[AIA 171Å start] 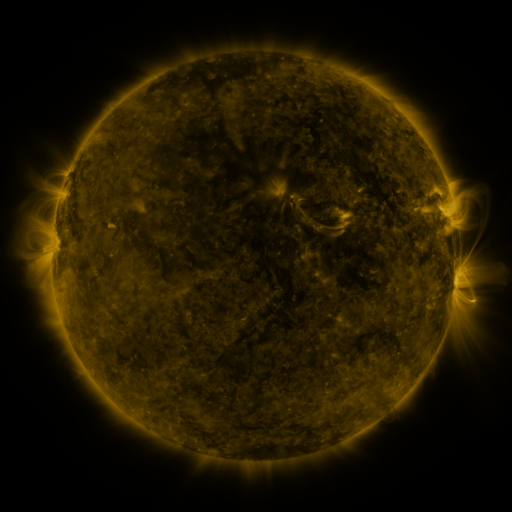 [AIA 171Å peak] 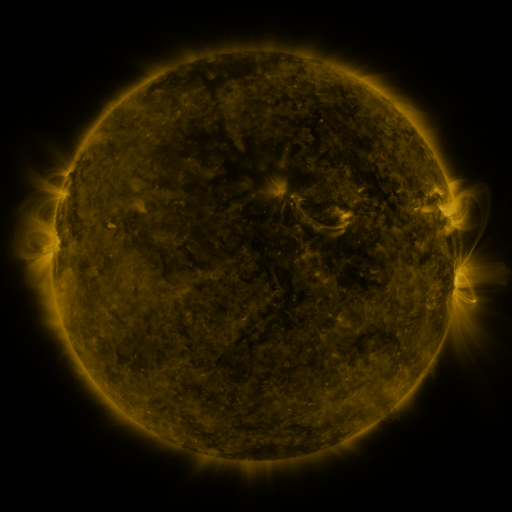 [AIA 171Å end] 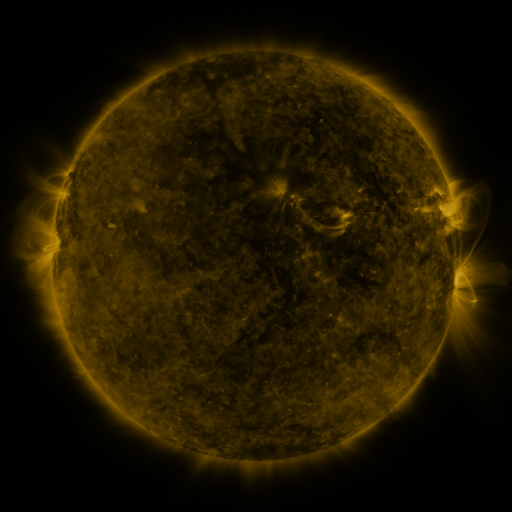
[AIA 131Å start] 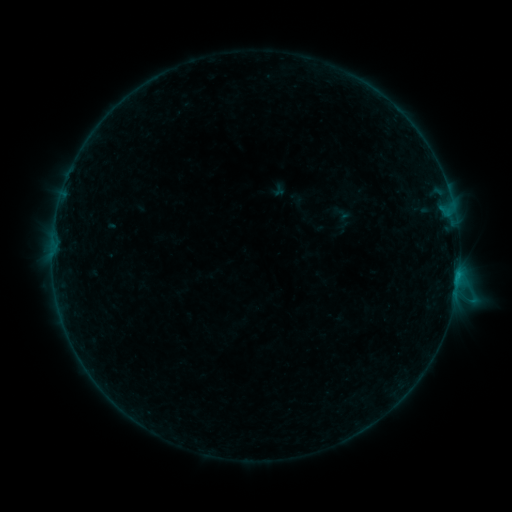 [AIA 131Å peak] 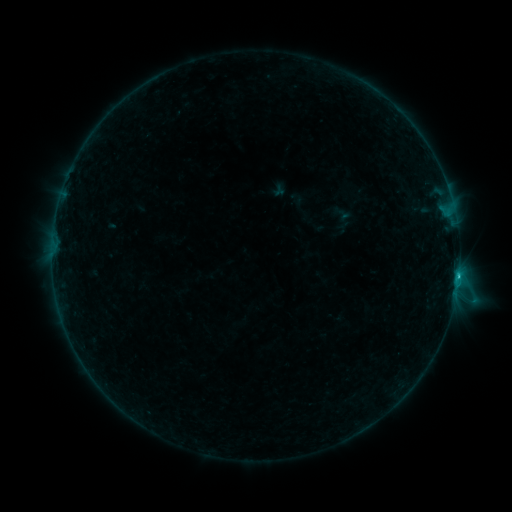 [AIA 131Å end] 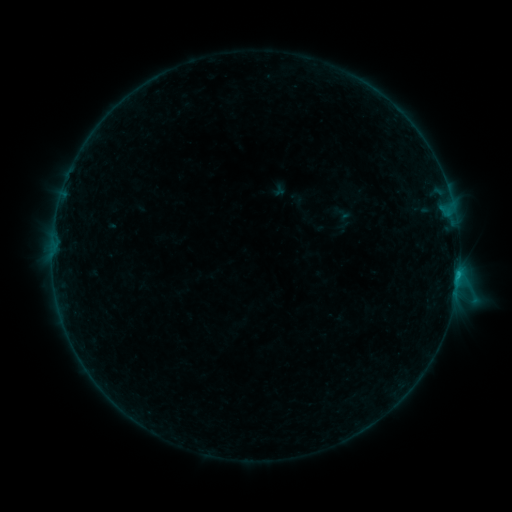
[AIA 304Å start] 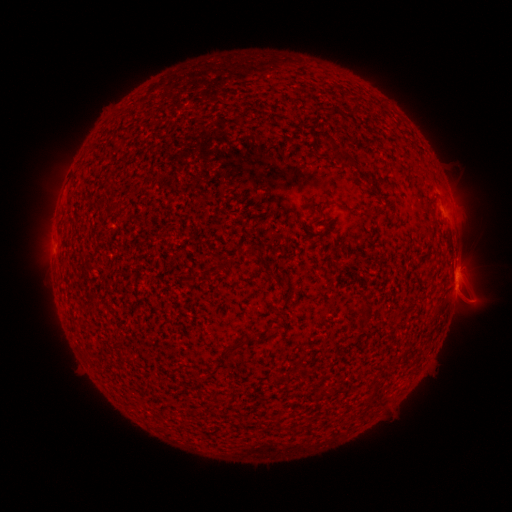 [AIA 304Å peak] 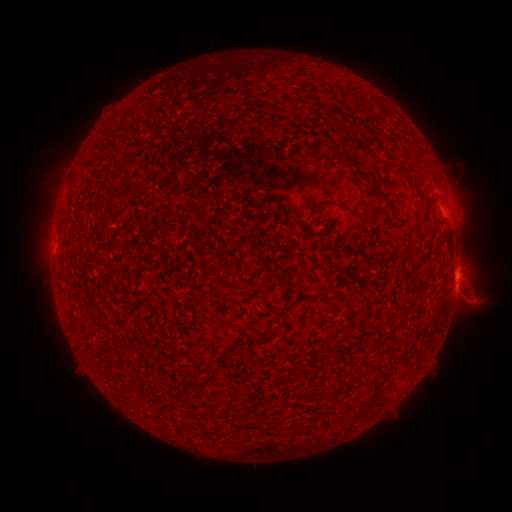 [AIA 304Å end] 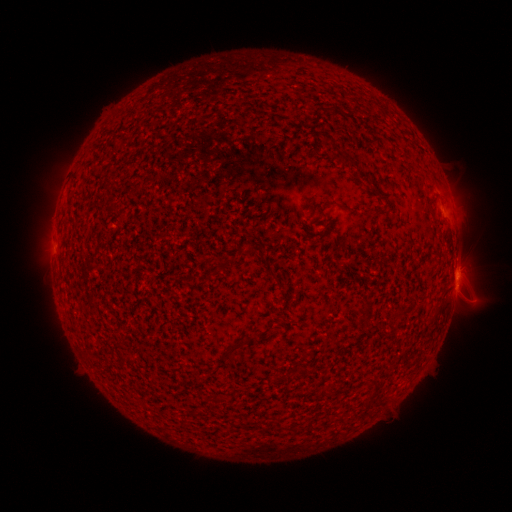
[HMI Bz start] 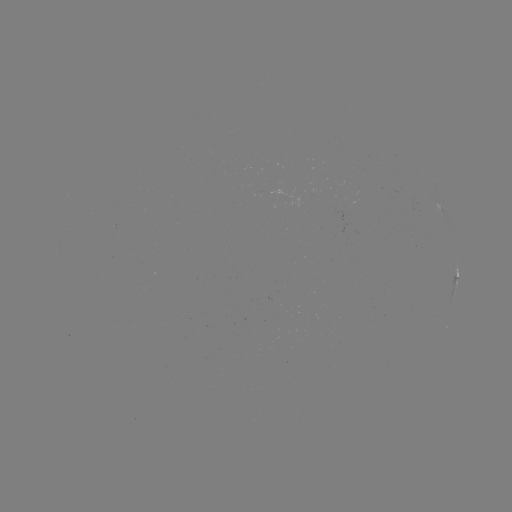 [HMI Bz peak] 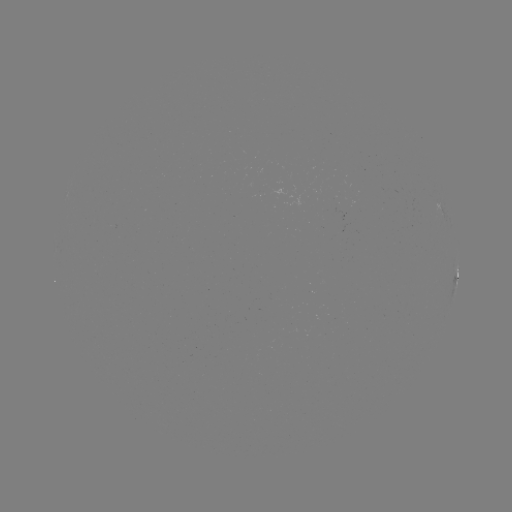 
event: flare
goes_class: B7.3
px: (458, 273)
